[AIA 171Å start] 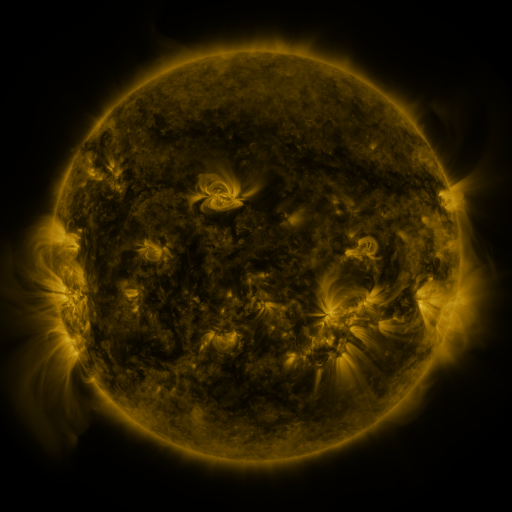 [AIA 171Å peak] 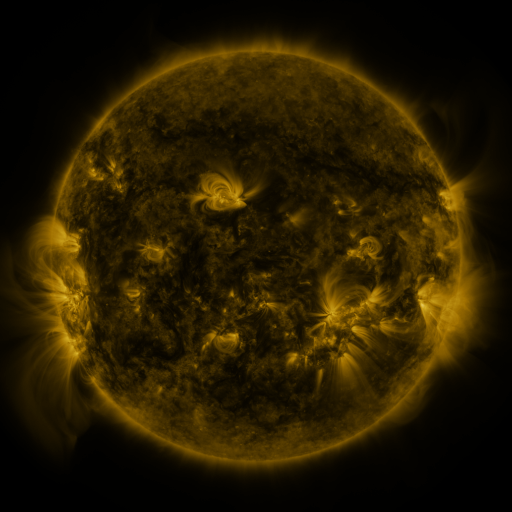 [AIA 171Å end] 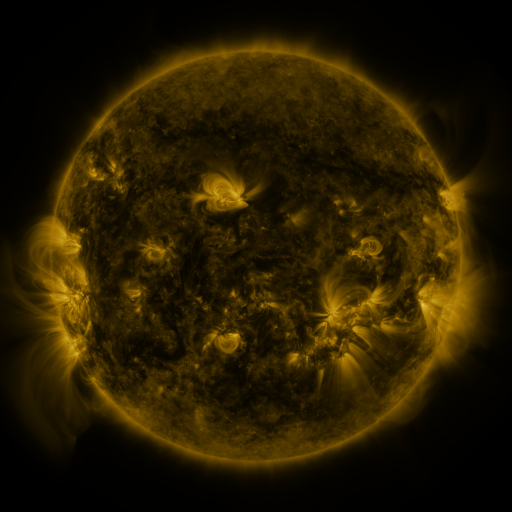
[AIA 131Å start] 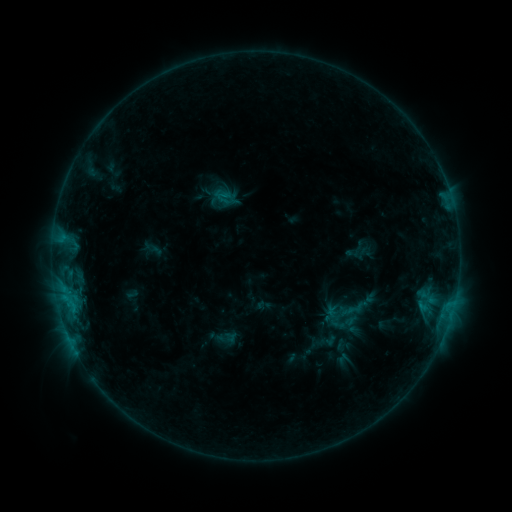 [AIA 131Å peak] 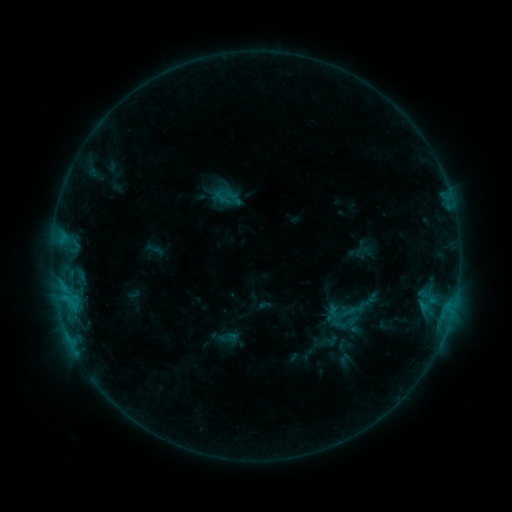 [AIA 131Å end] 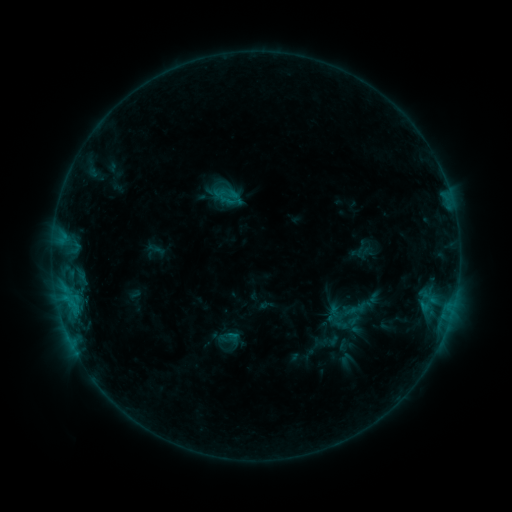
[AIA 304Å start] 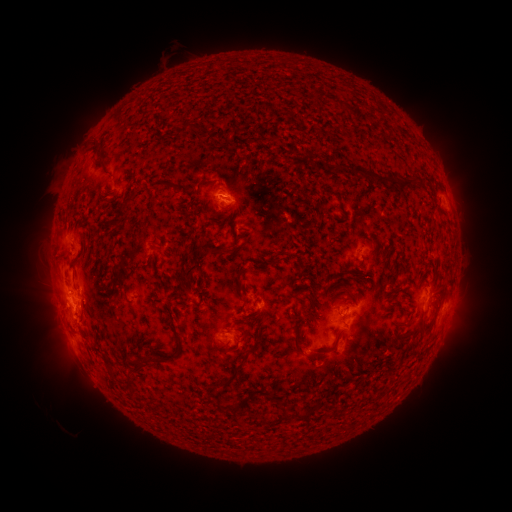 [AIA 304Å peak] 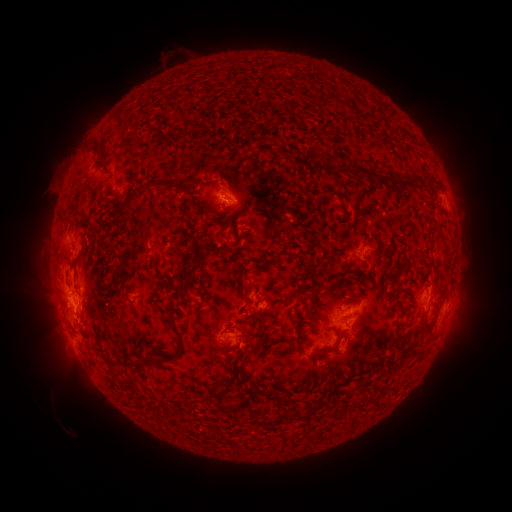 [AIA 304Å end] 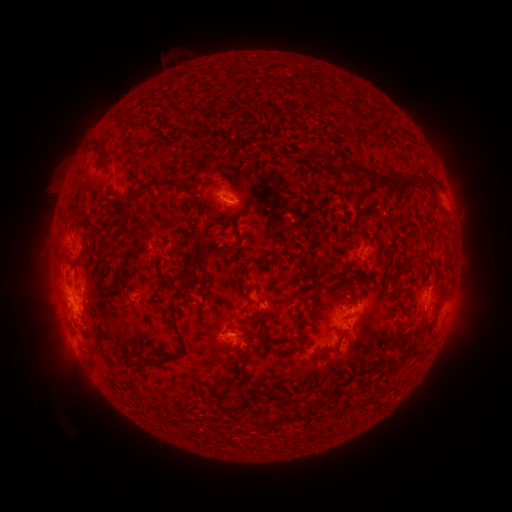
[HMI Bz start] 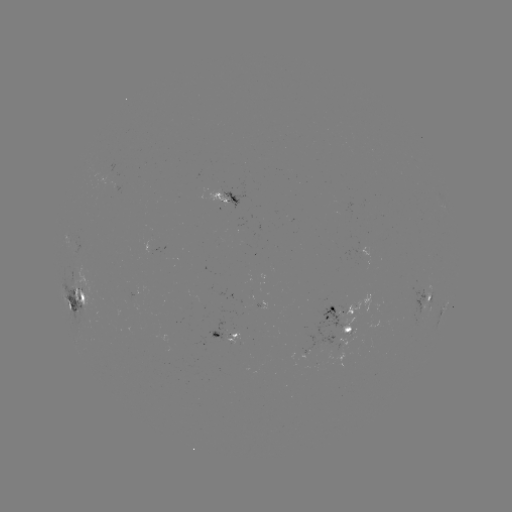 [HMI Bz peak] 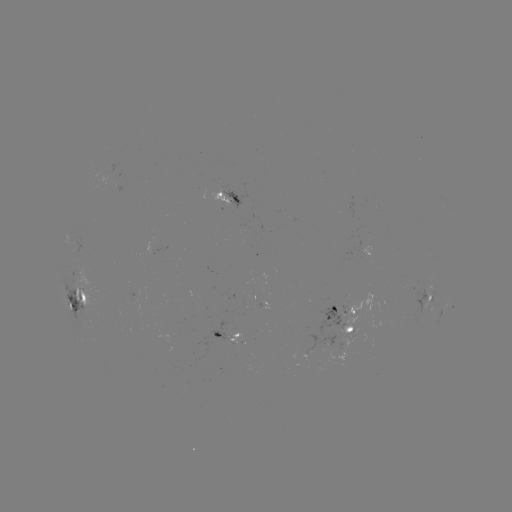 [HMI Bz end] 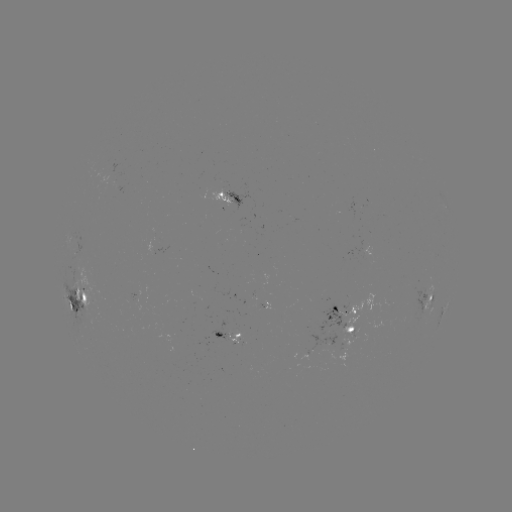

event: emerging-flux region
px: (223, 333)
